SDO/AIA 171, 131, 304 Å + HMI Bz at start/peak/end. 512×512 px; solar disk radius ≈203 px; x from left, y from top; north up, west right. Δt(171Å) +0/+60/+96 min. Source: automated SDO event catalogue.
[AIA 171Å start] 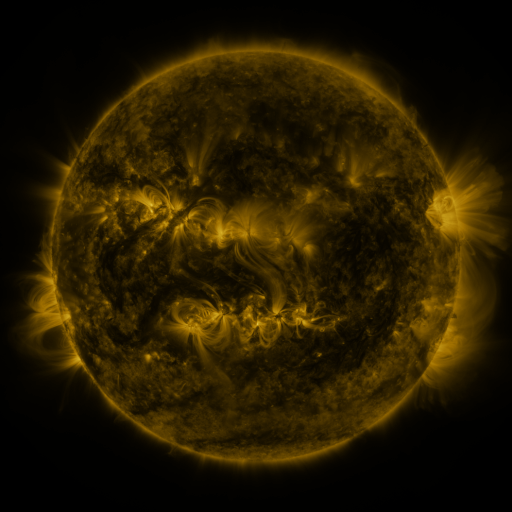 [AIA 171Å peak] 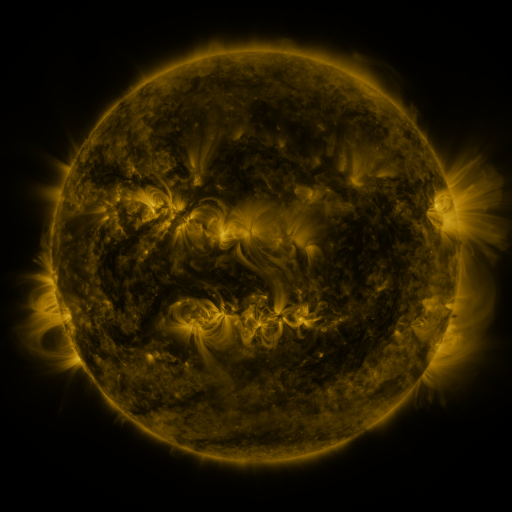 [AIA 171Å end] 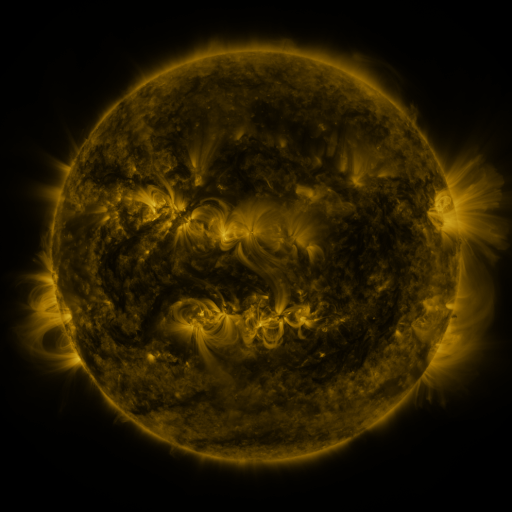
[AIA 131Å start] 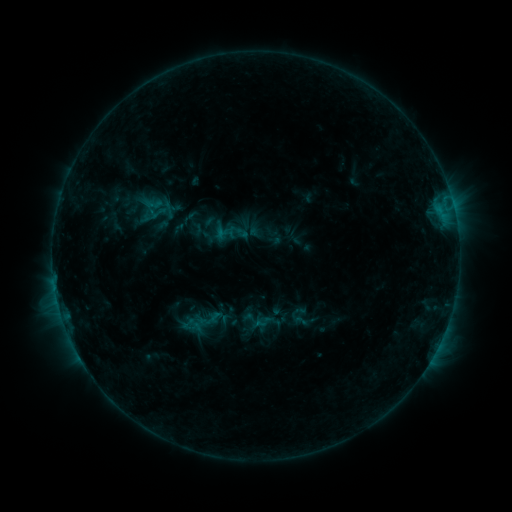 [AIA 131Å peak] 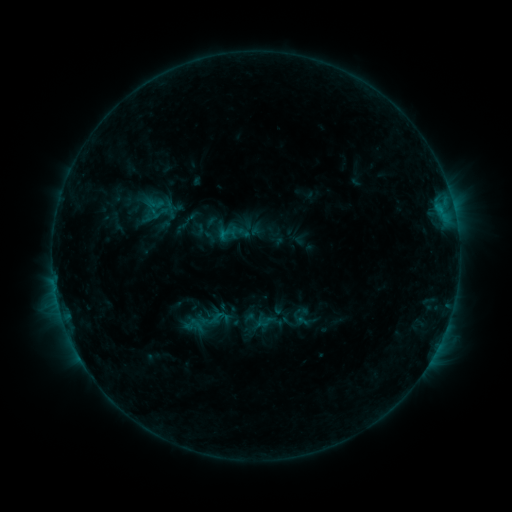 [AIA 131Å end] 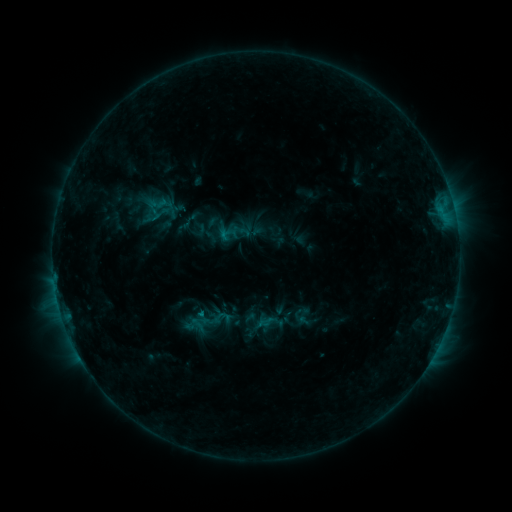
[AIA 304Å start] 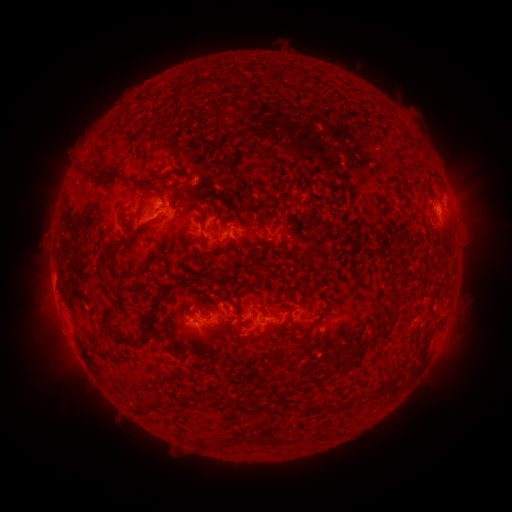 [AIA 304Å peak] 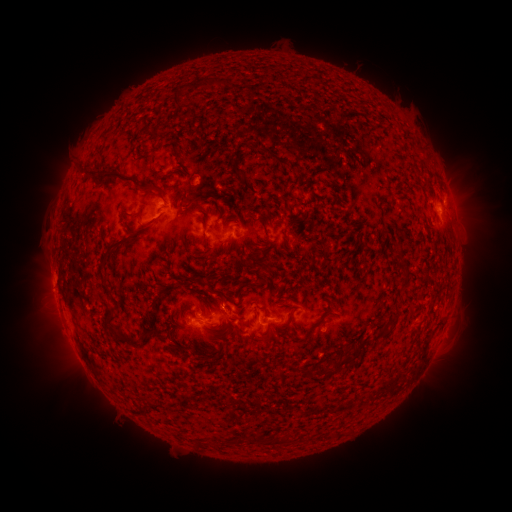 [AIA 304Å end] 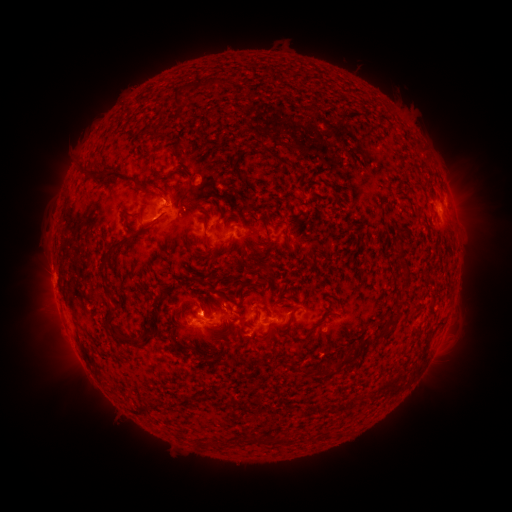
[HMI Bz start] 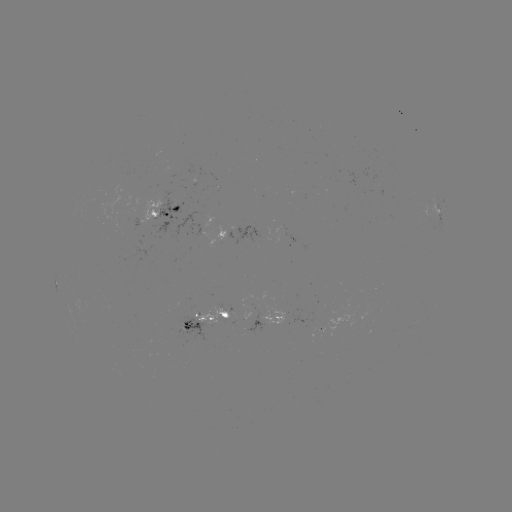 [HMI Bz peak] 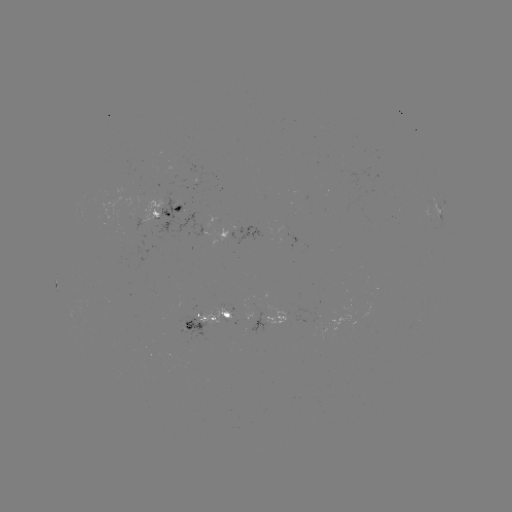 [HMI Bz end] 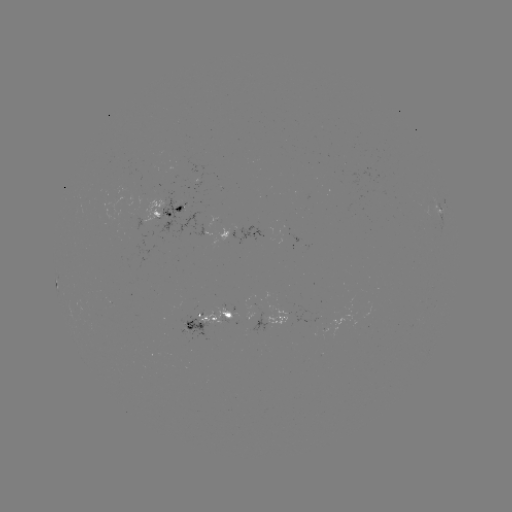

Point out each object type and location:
emerging-flux region: (222, 318)
